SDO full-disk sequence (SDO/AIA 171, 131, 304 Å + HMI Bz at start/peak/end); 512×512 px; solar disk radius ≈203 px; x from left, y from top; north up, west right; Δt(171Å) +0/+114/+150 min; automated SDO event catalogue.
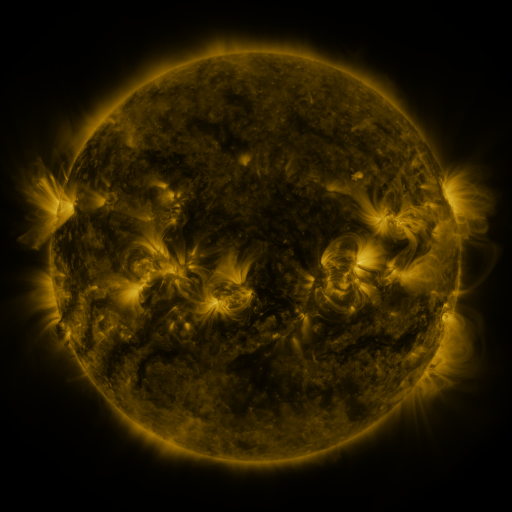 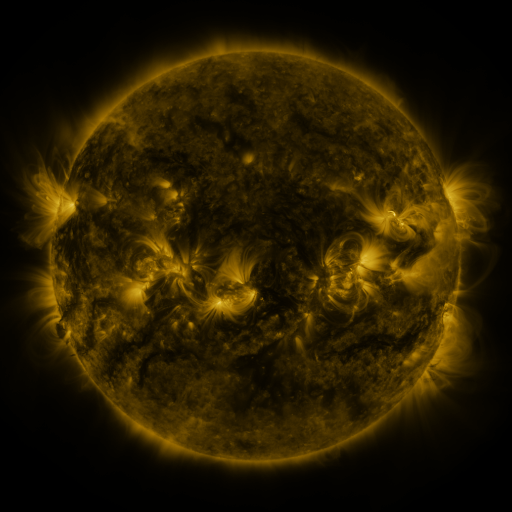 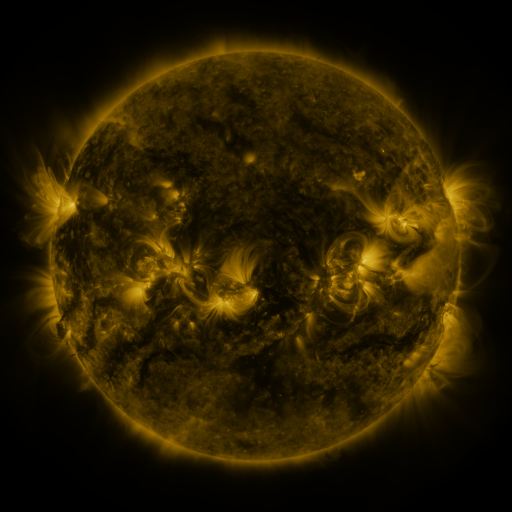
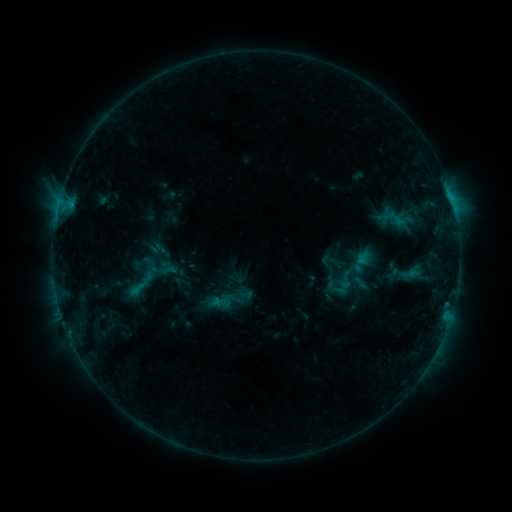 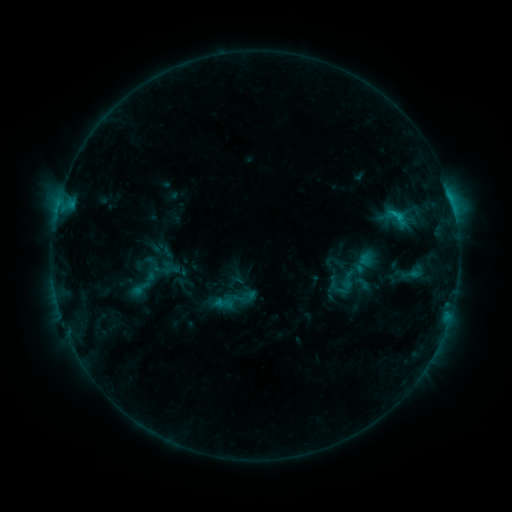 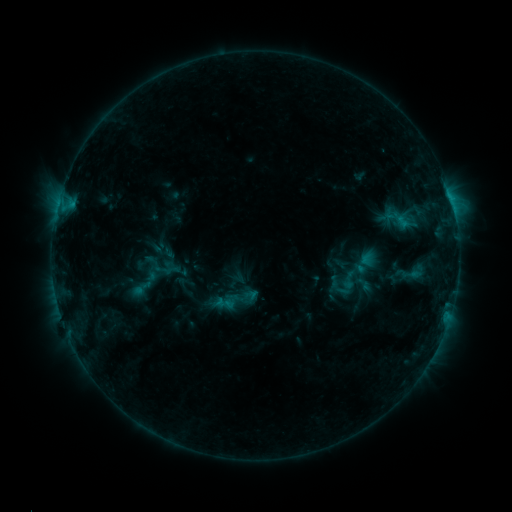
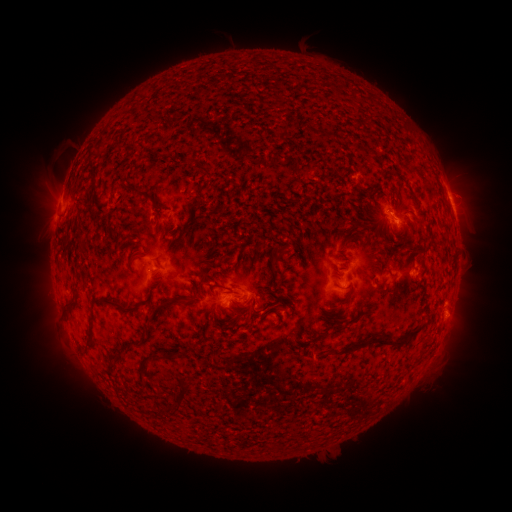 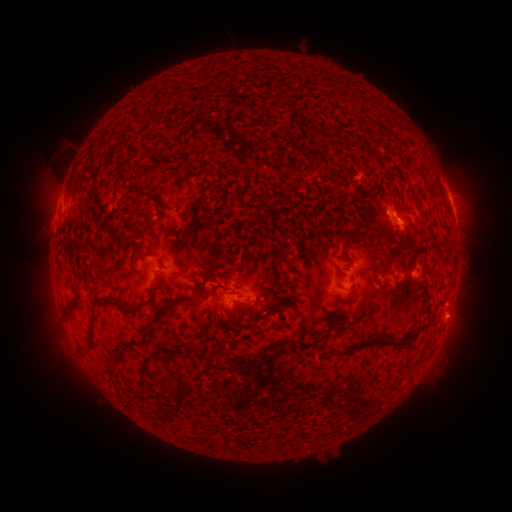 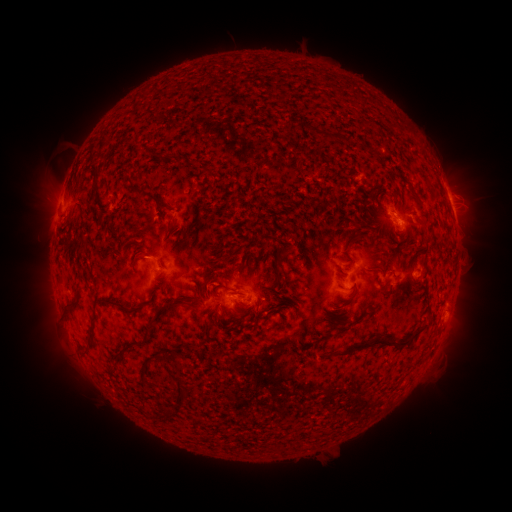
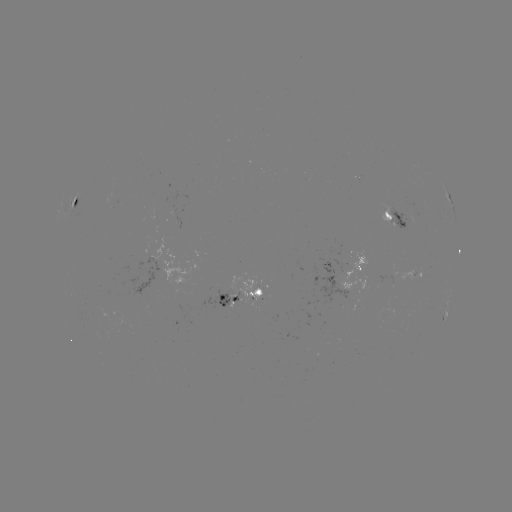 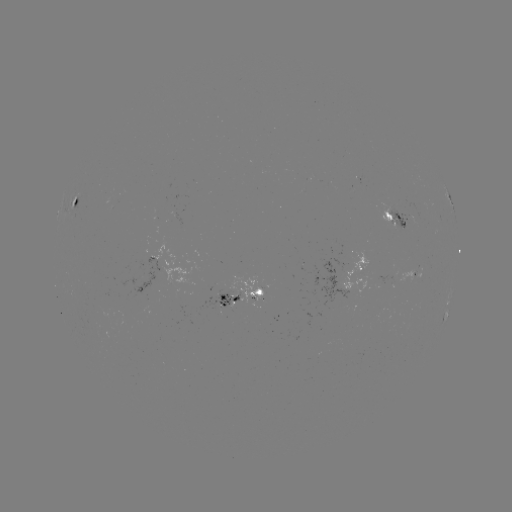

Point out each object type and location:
emerging-flux region: (409, 217)
